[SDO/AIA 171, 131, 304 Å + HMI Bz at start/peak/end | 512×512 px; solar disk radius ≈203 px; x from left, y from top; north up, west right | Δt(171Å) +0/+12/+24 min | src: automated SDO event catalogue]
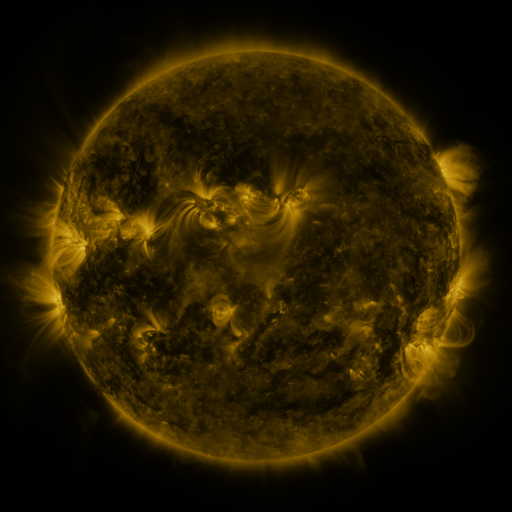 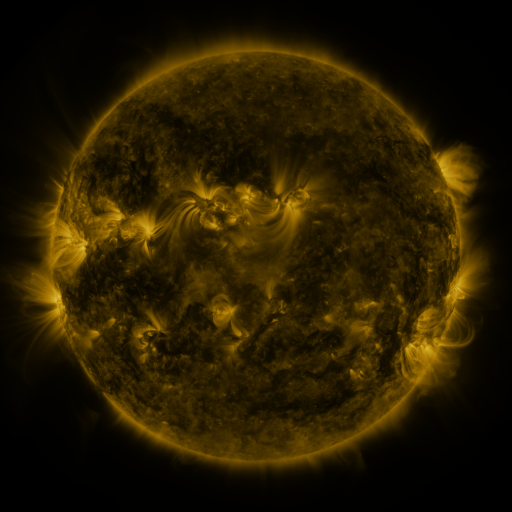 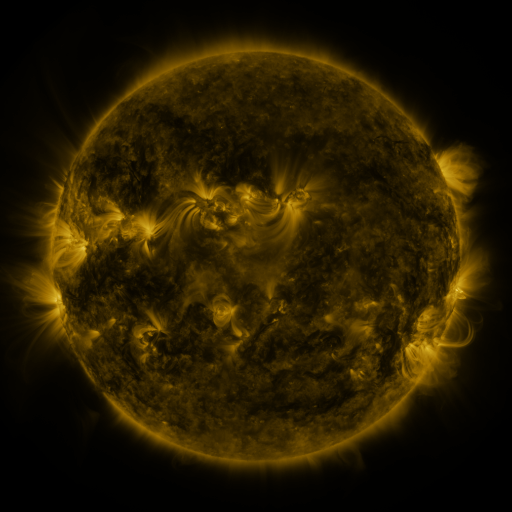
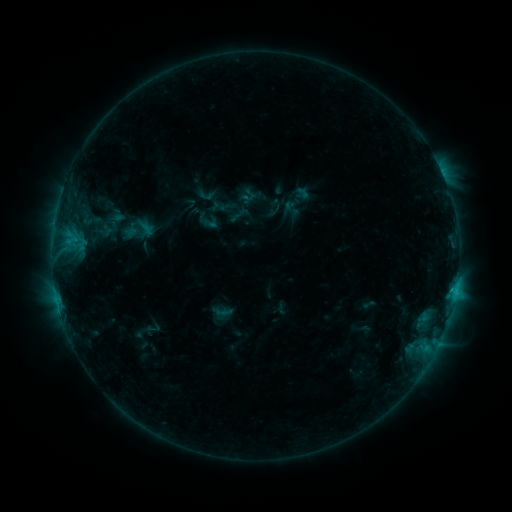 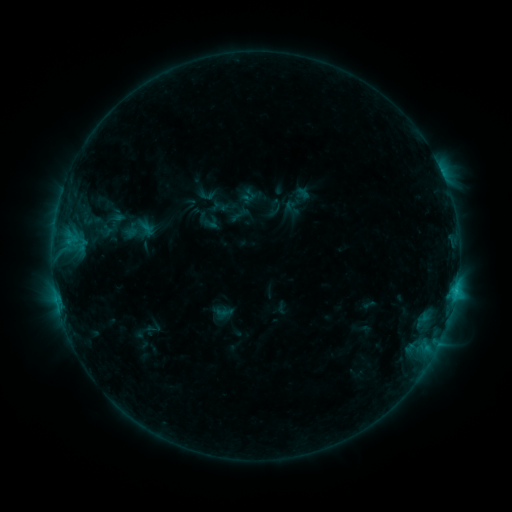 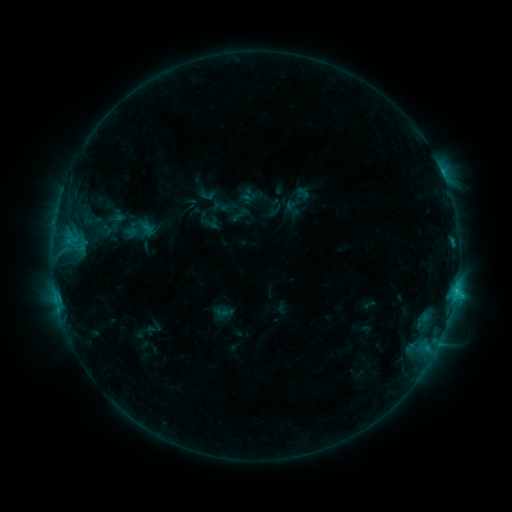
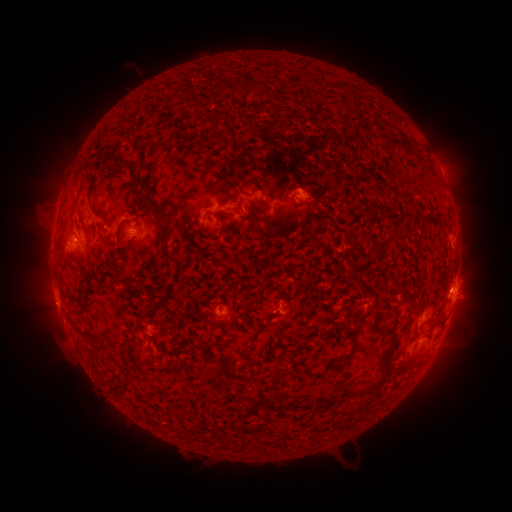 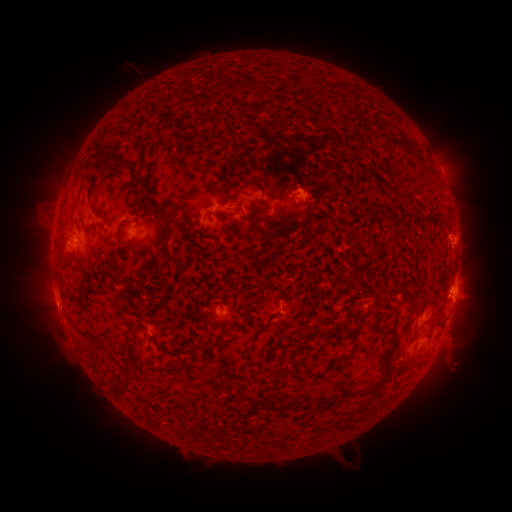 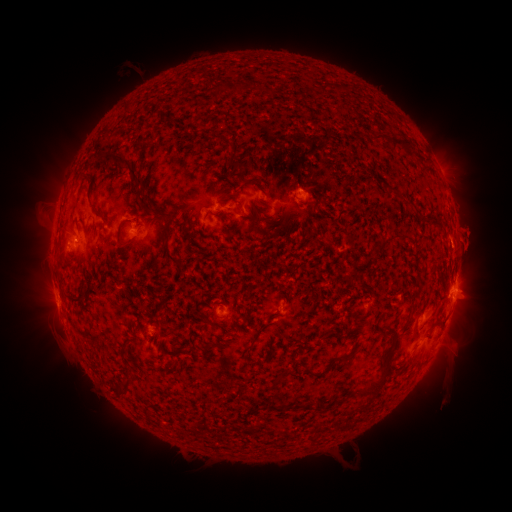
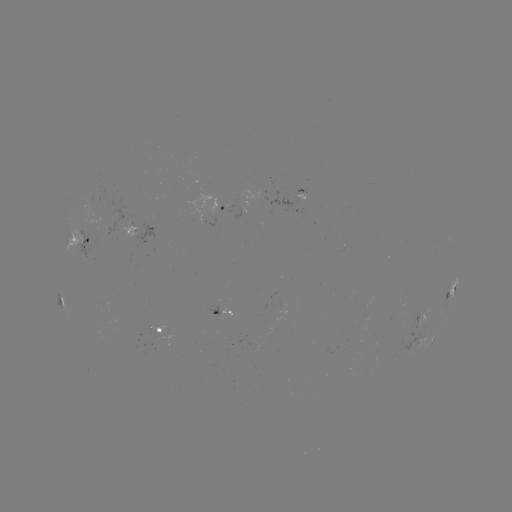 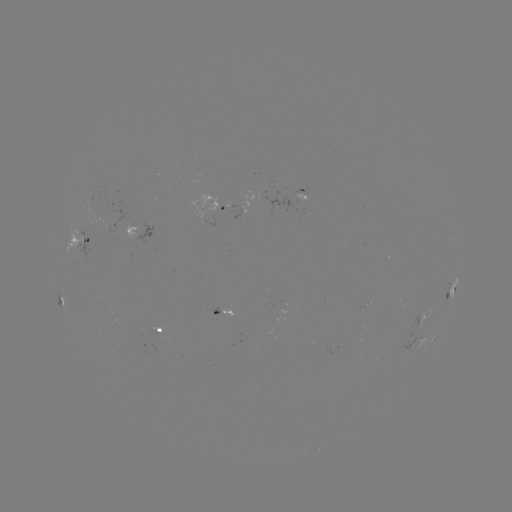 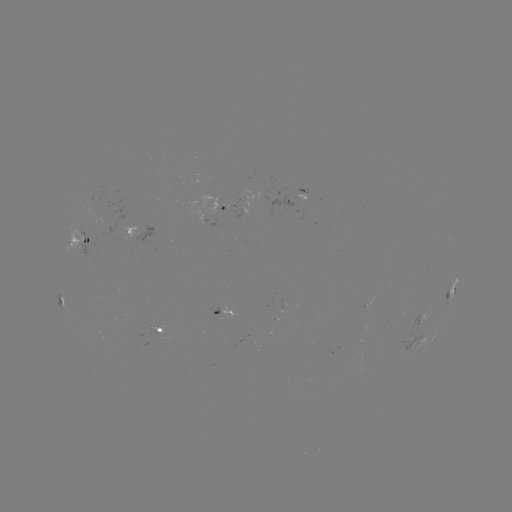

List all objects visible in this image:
eruption: (462, 342)
